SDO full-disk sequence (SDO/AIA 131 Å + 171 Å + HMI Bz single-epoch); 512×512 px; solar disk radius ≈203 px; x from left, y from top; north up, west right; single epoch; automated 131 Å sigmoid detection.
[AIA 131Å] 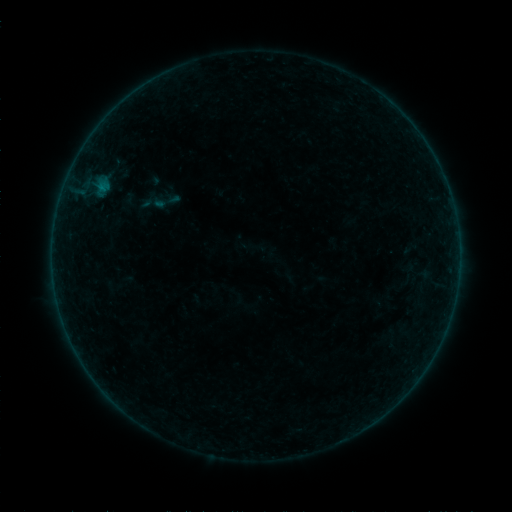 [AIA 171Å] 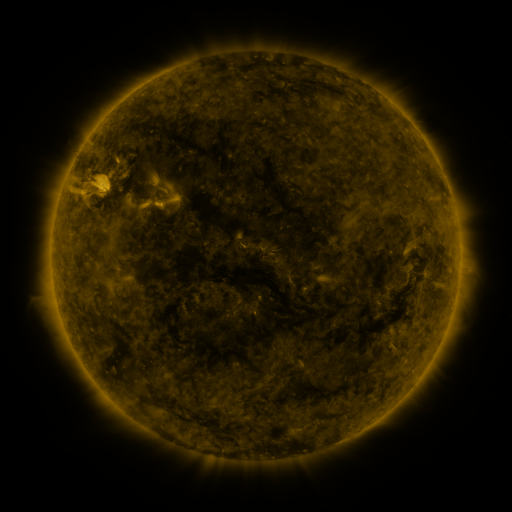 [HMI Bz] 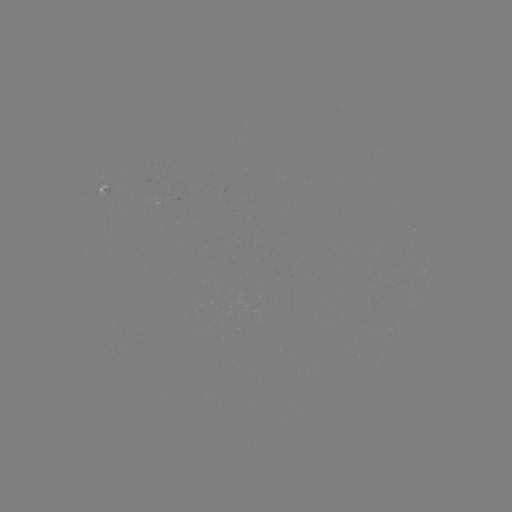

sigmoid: (150, 186, 181, 217)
